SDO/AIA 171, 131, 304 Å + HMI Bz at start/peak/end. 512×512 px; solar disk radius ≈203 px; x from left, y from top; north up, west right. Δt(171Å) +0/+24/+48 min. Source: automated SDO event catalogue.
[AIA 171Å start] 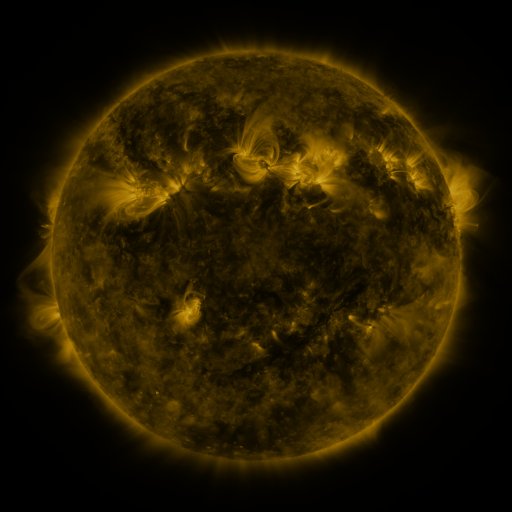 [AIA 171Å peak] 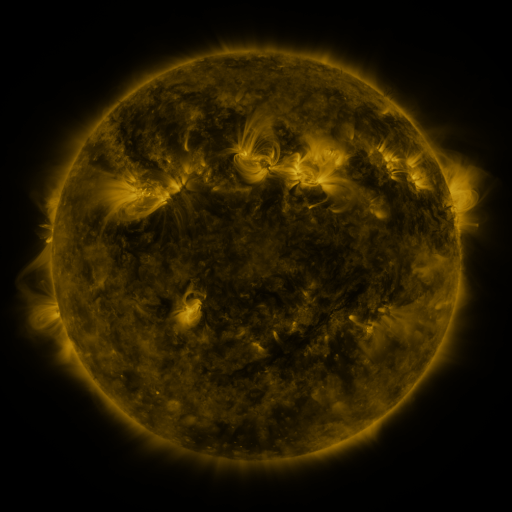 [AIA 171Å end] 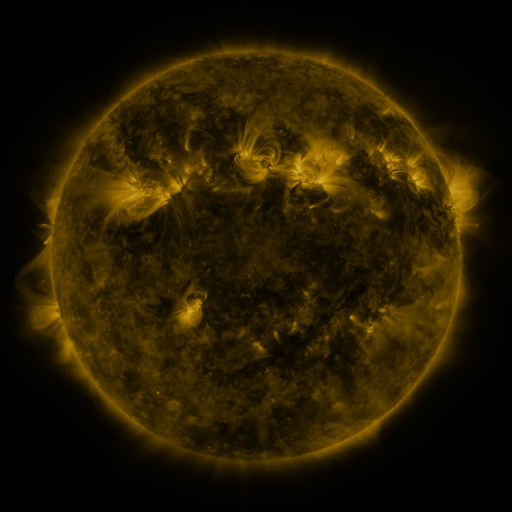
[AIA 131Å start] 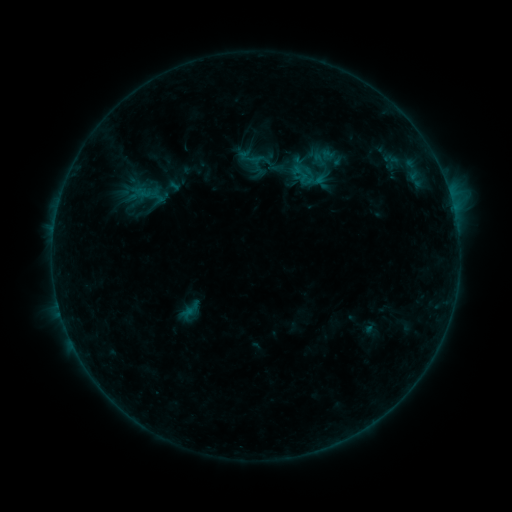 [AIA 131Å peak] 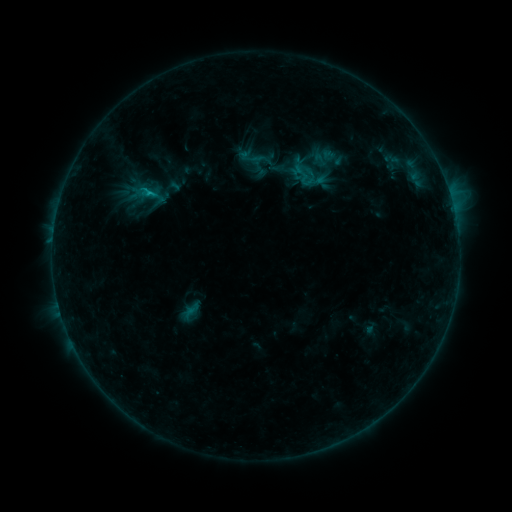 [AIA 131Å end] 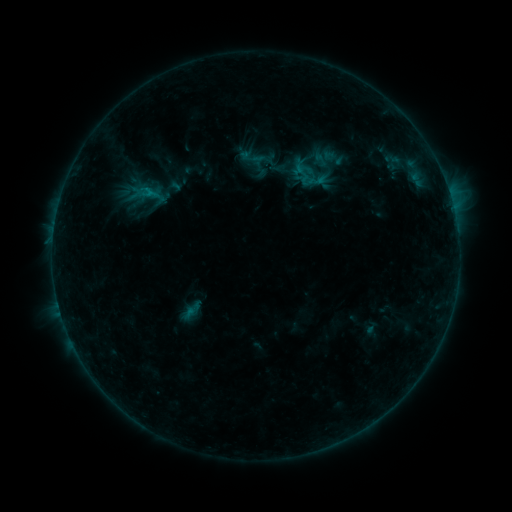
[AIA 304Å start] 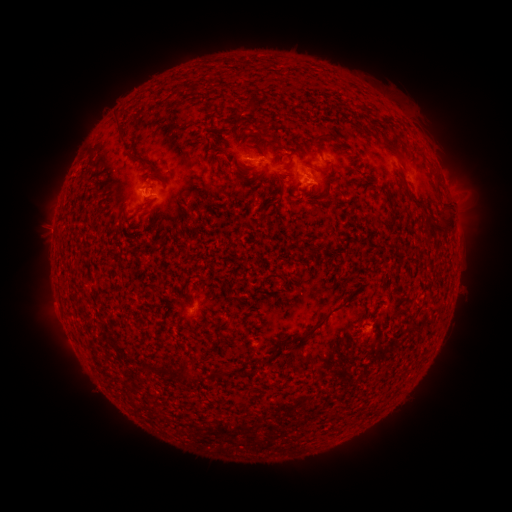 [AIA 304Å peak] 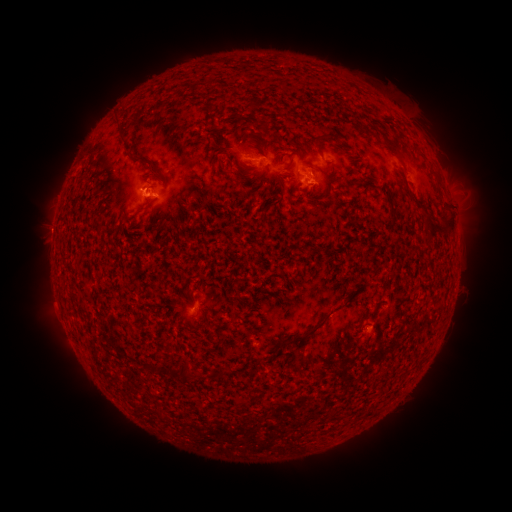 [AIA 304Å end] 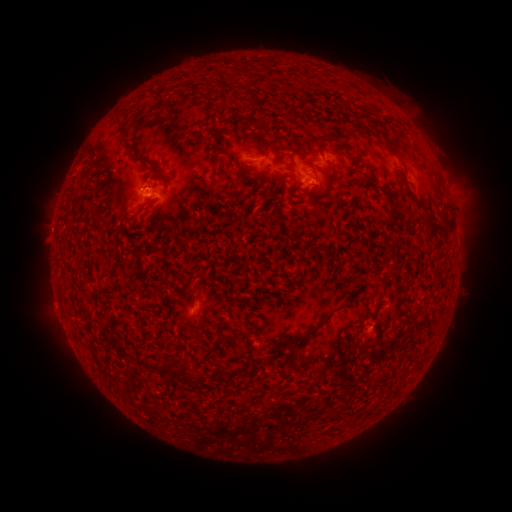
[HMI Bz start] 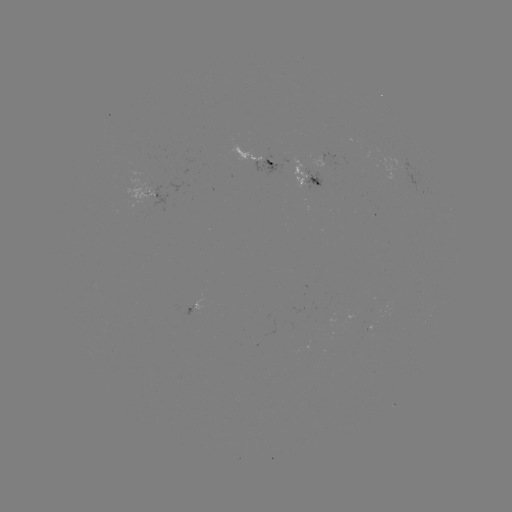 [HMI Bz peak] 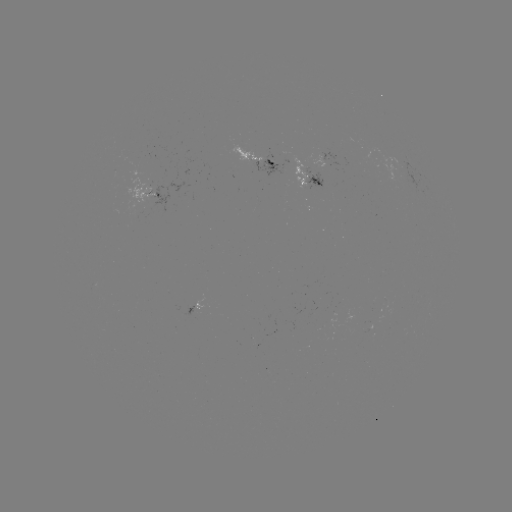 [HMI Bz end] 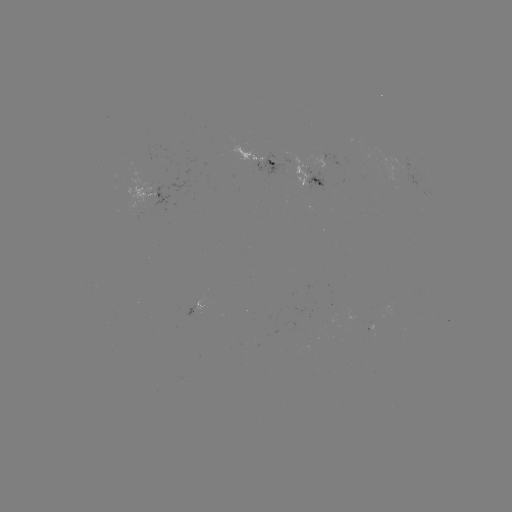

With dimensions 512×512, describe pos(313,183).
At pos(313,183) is emerging-flux region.